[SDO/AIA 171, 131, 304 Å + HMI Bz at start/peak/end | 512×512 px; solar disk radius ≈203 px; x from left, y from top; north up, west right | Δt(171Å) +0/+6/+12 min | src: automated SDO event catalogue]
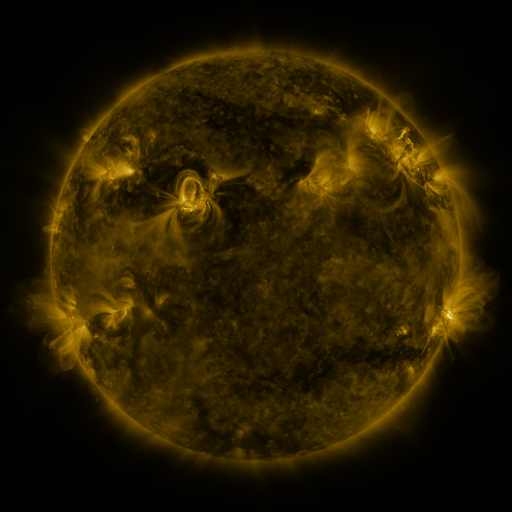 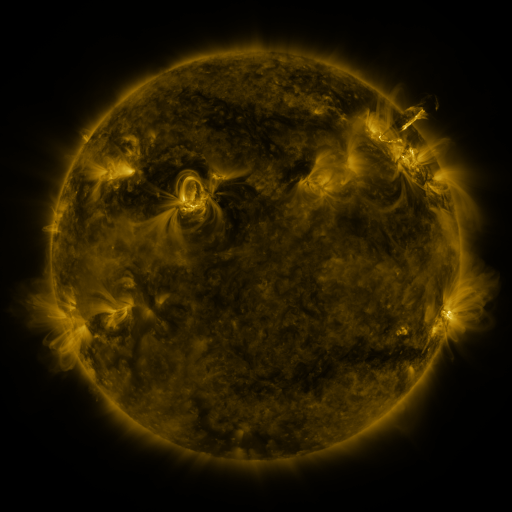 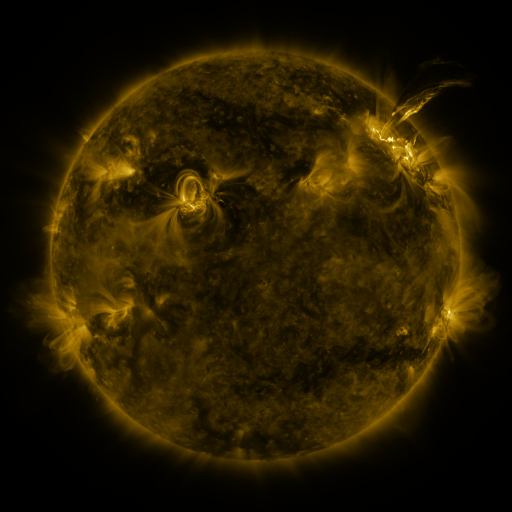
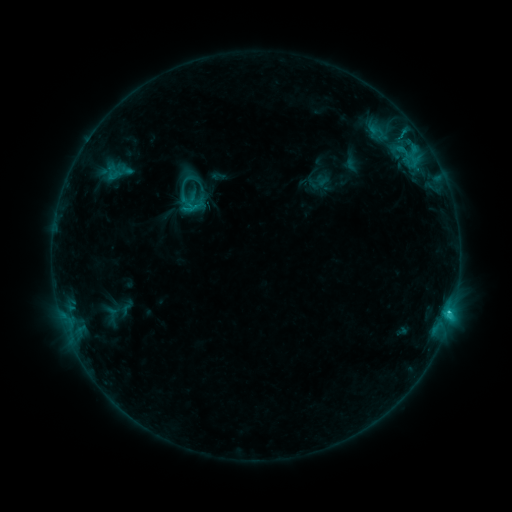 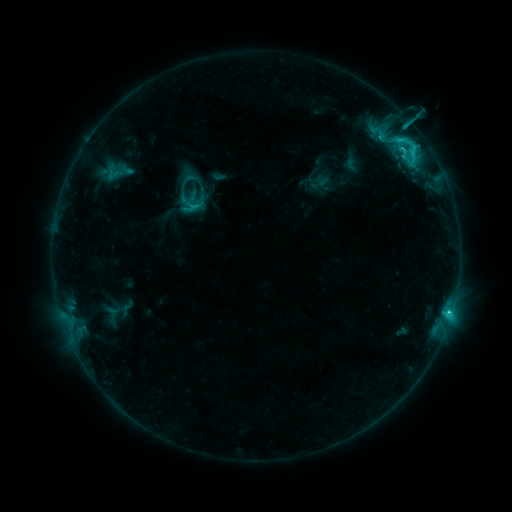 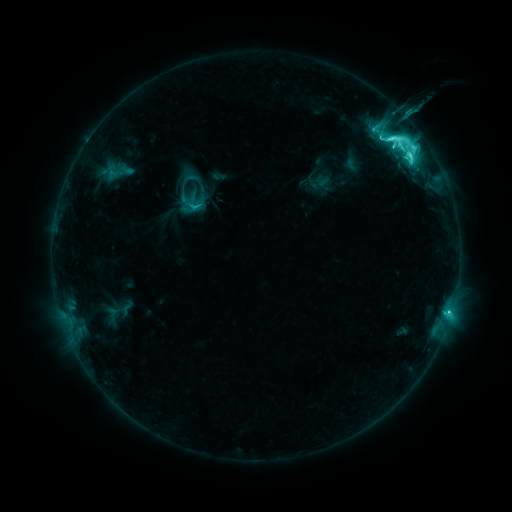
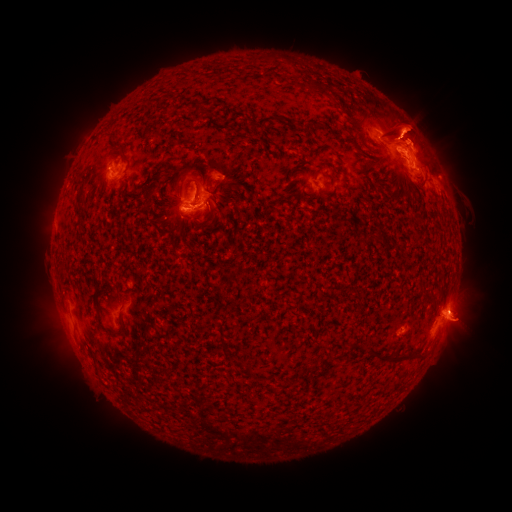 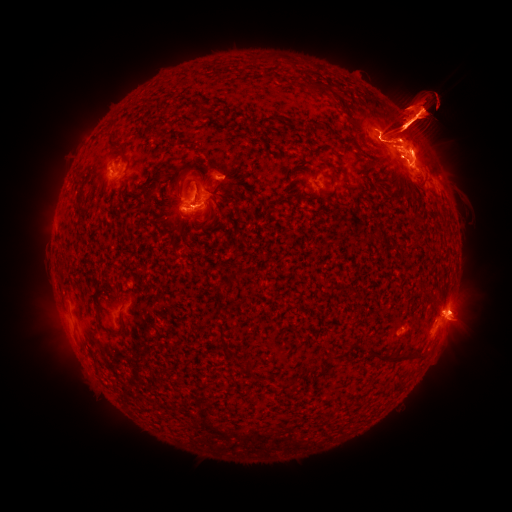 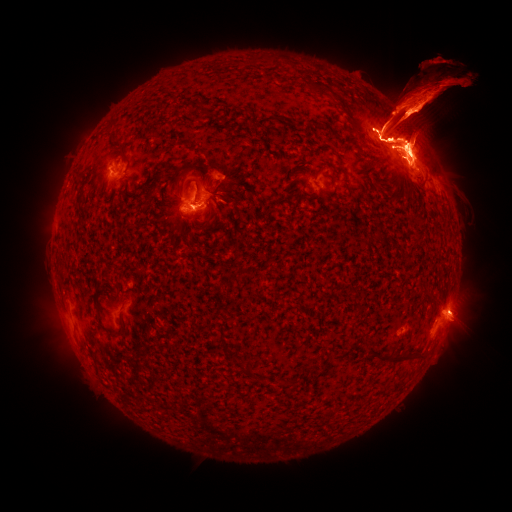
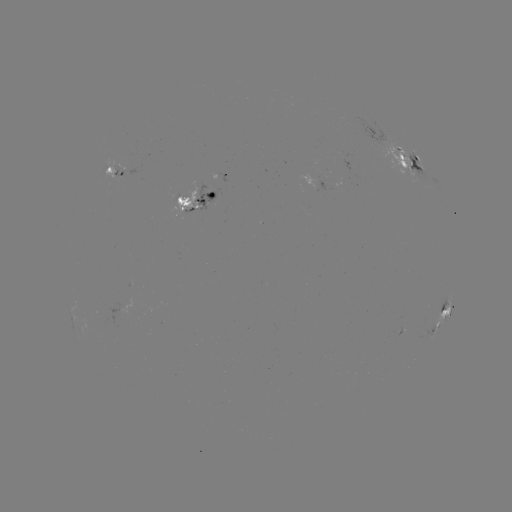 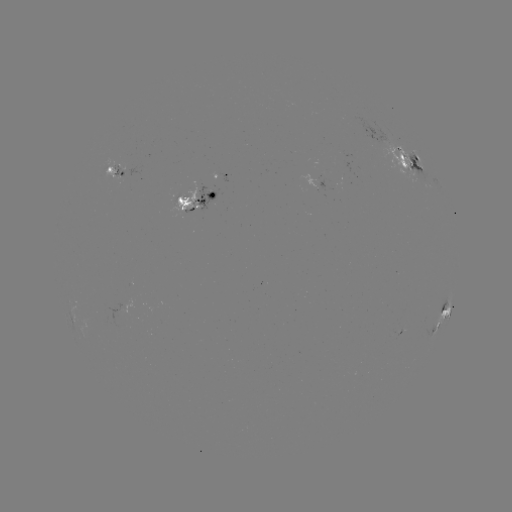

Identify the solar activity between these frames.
eruption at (404, 2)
